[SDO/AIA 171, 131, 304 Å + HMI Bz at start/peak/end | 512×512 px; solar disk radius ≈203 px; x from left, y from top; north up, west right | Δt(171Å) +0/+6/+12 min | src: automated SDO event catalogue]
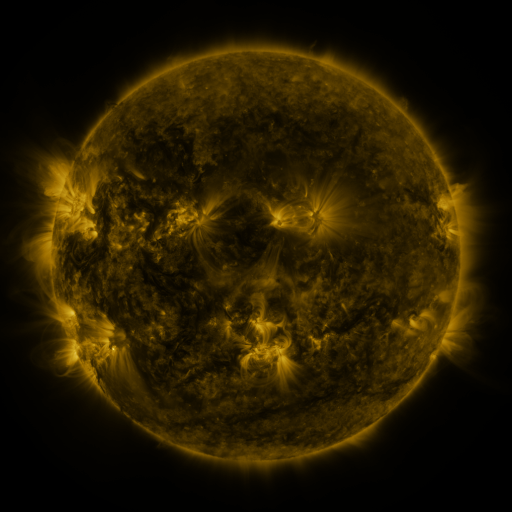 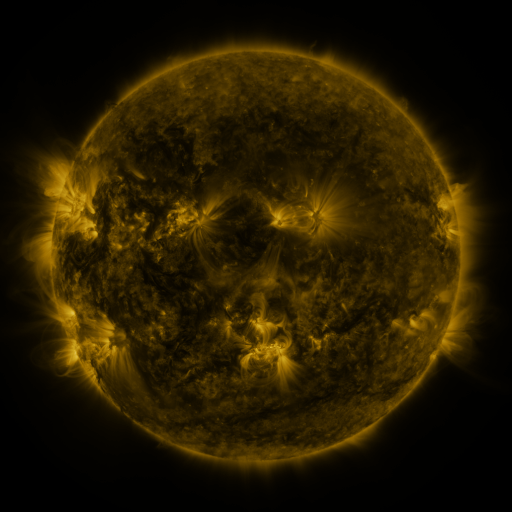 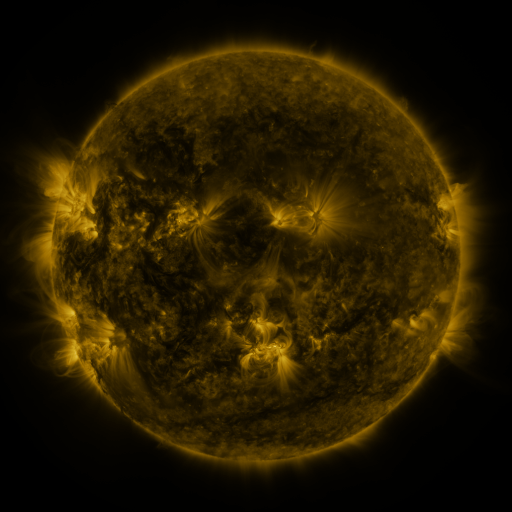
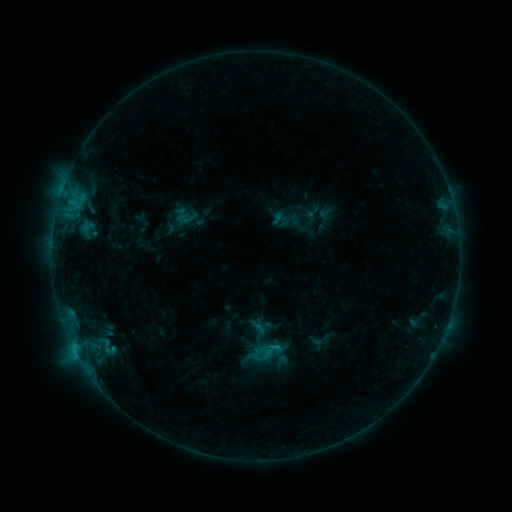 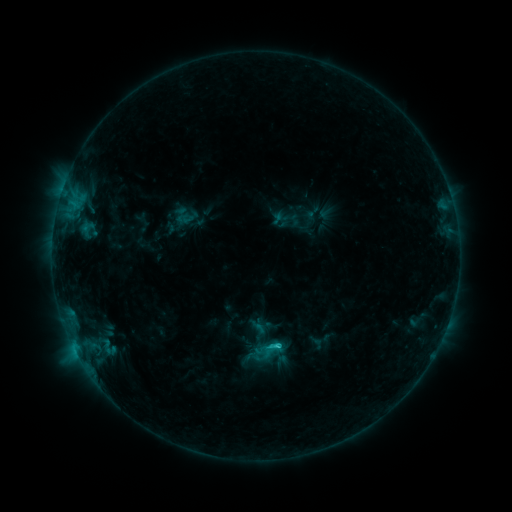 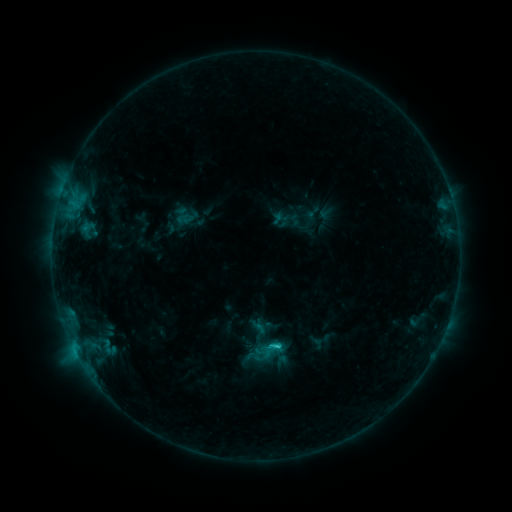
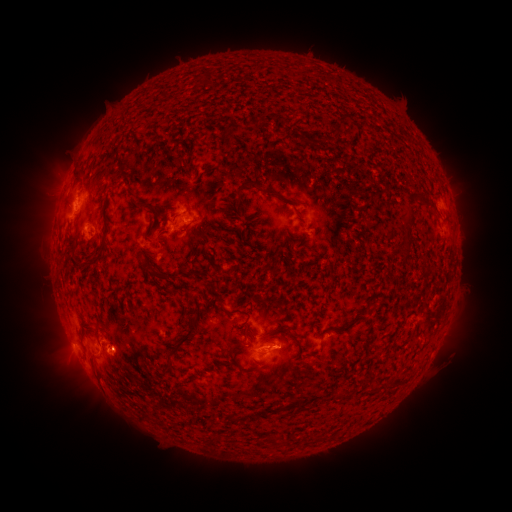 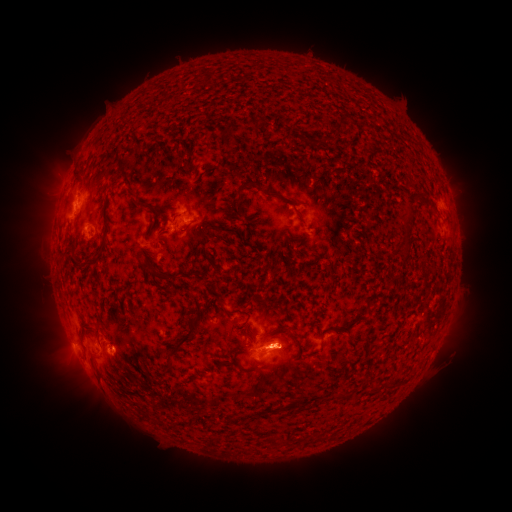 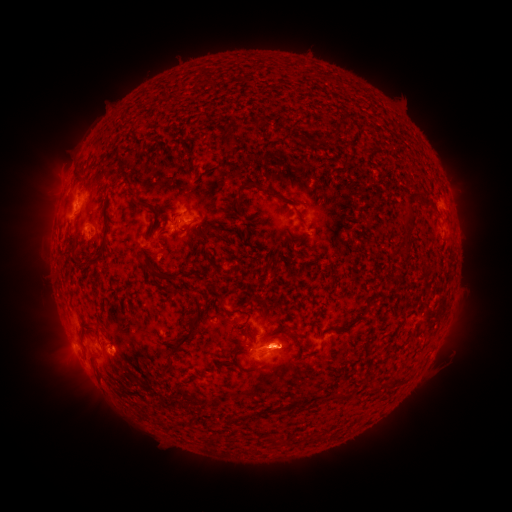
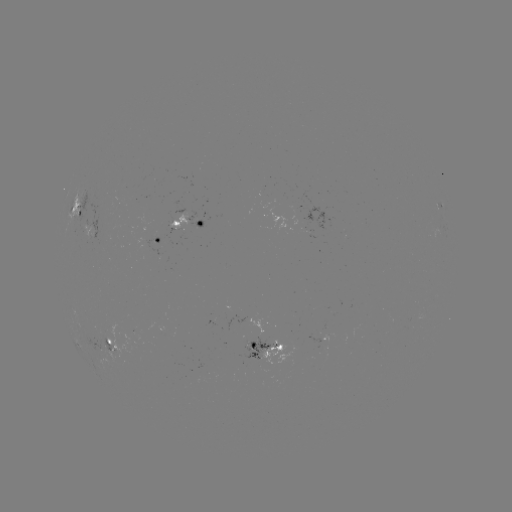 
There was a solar flare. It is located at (275, 345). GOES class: C2.1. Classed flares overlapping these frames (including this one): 1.